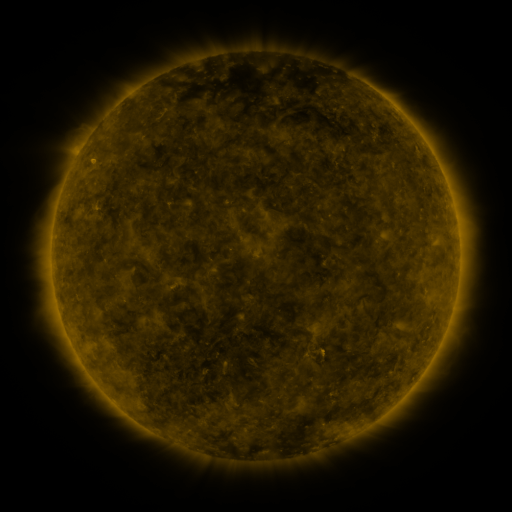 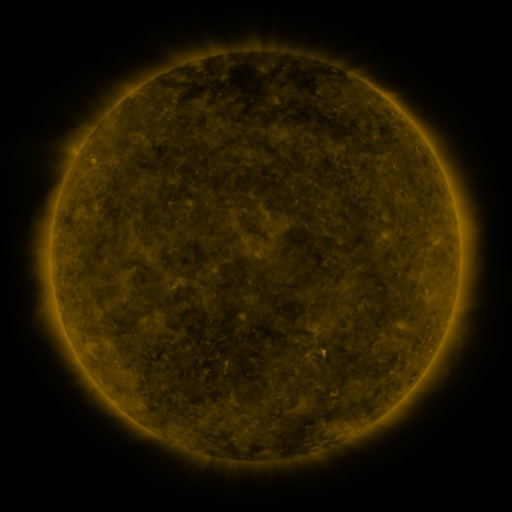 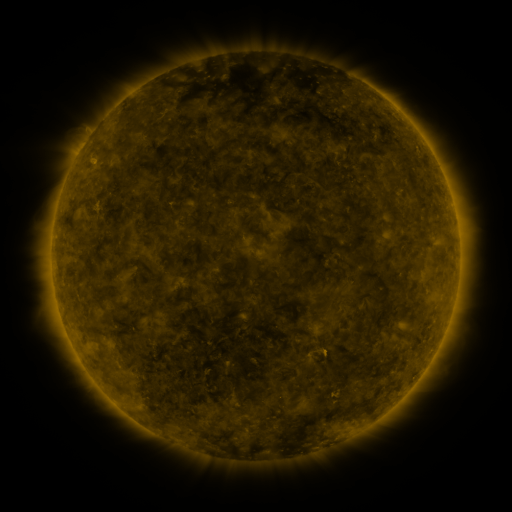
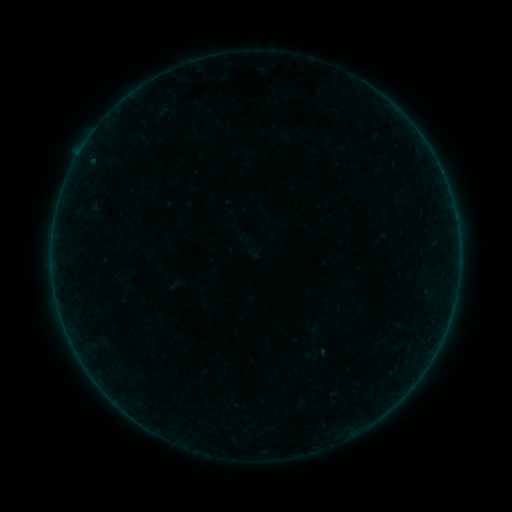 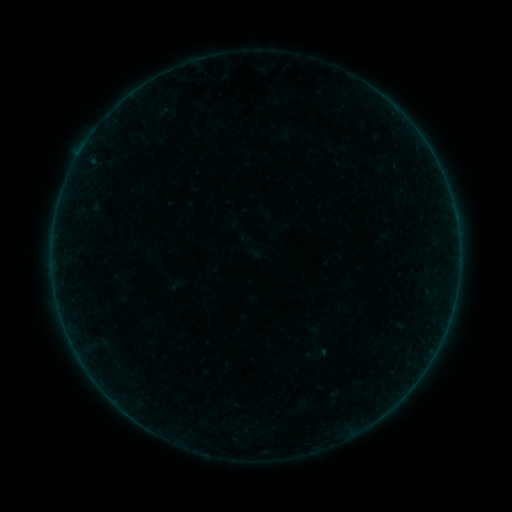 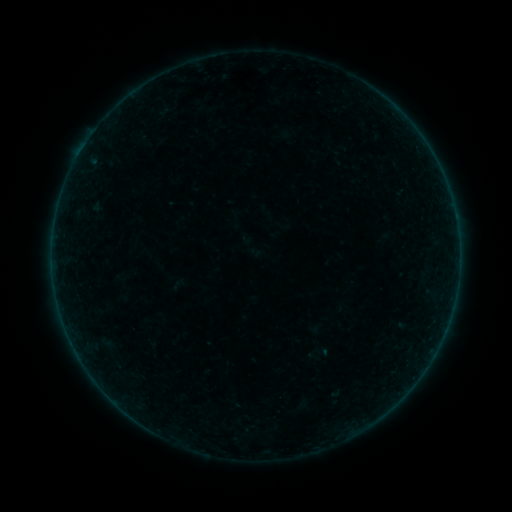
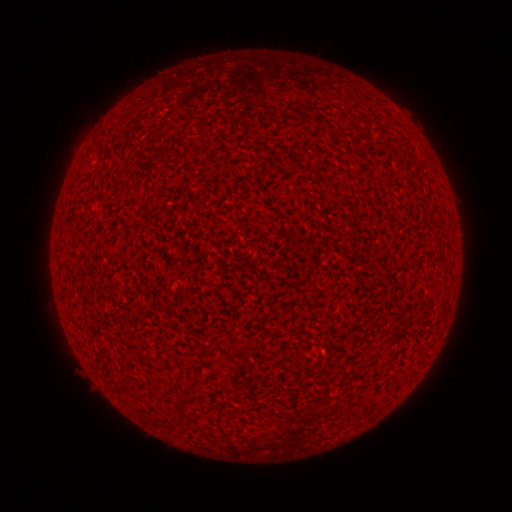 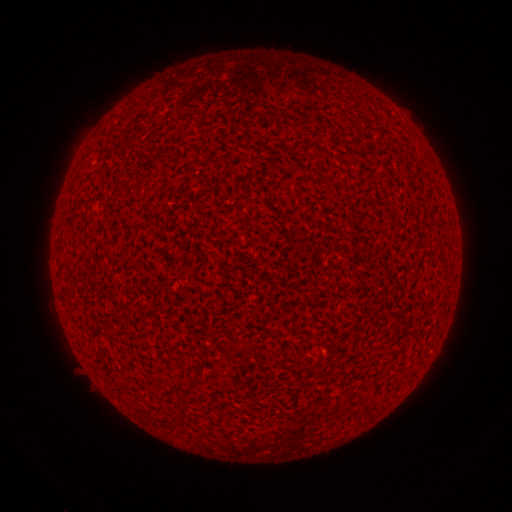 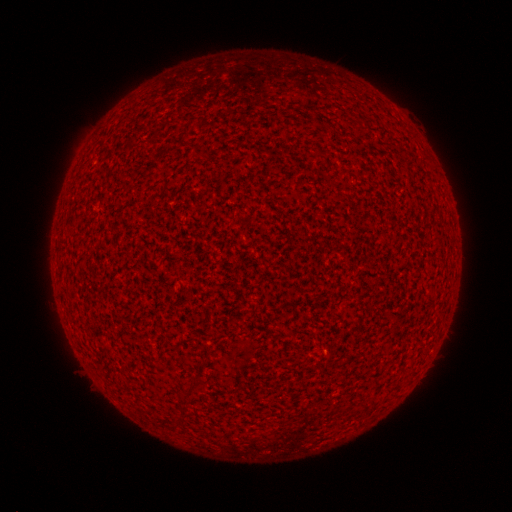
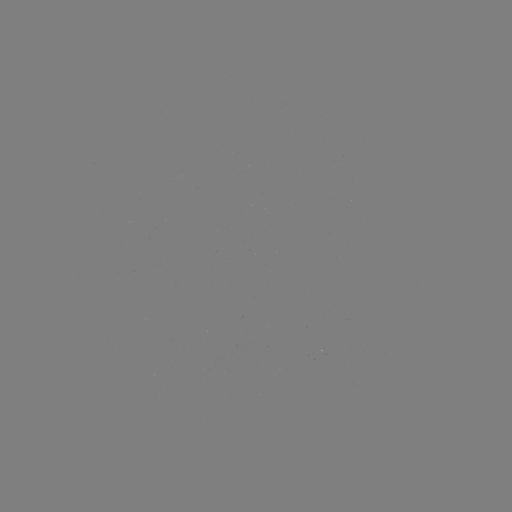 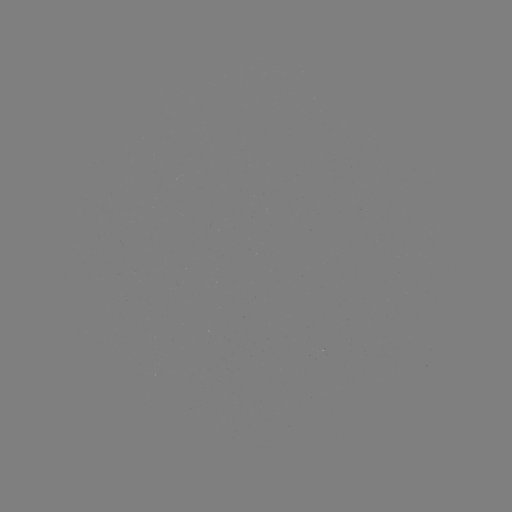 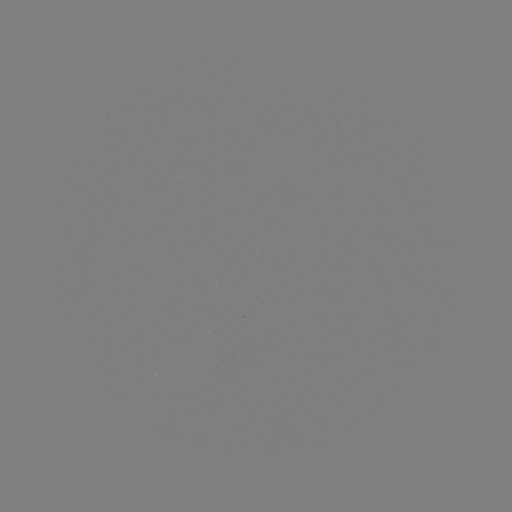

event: flare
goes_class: A1.5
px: (80, 156)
